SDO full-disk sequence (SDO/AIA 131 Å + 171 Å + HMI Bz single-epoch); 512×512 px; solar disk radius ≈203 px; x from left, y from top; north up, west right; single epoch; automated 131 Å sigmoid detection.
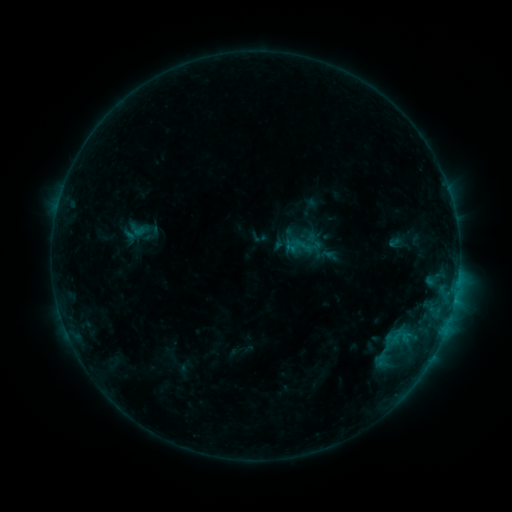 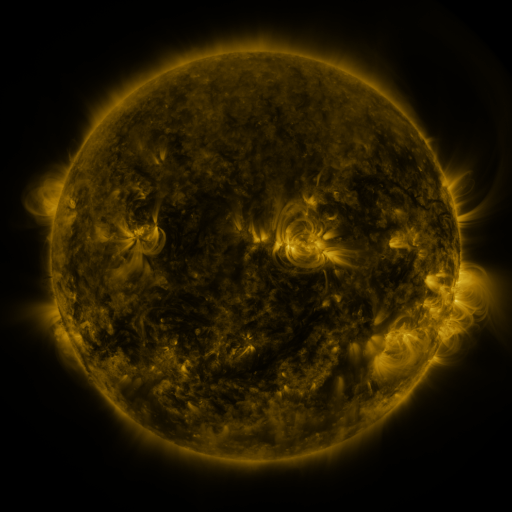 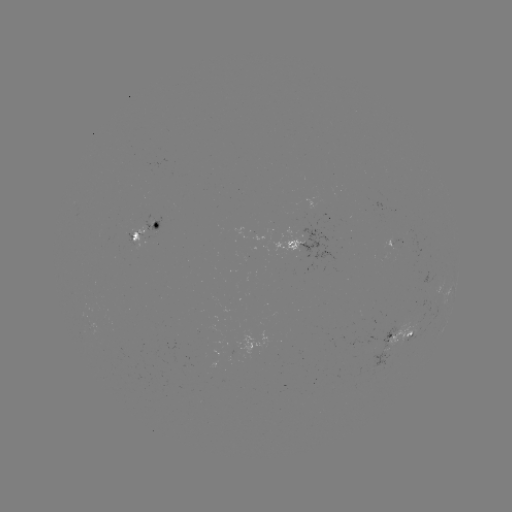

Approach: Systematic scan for sigmoid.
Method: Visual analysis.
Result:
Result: sigmoid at [137, 229].